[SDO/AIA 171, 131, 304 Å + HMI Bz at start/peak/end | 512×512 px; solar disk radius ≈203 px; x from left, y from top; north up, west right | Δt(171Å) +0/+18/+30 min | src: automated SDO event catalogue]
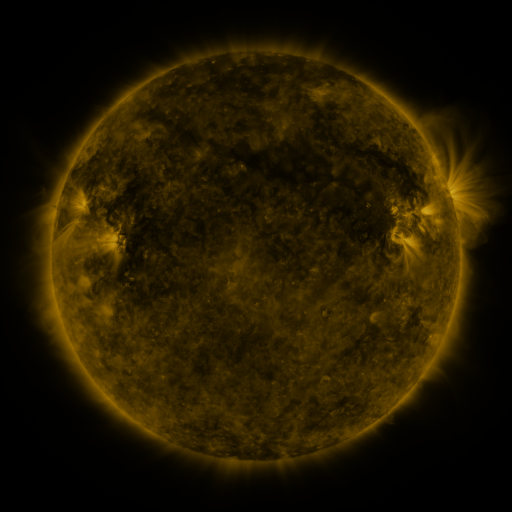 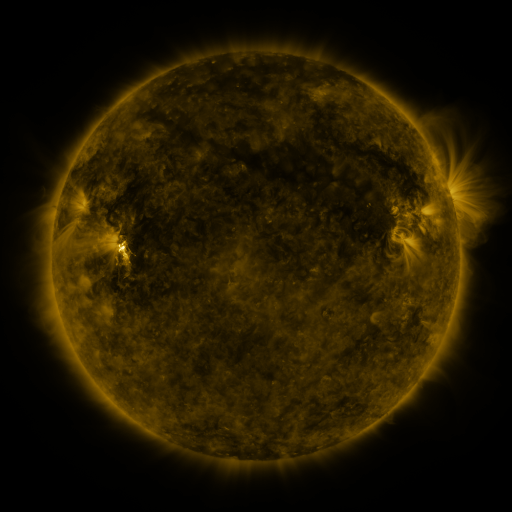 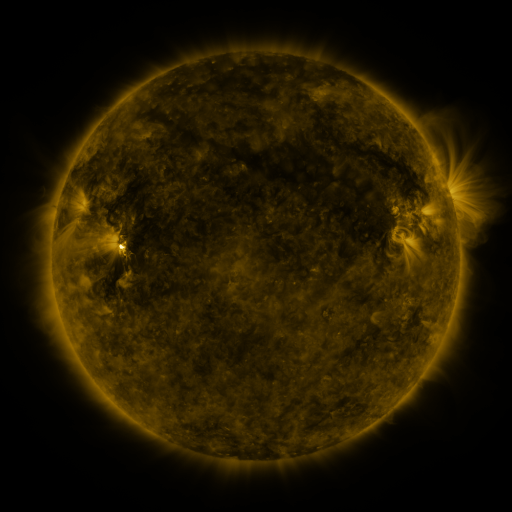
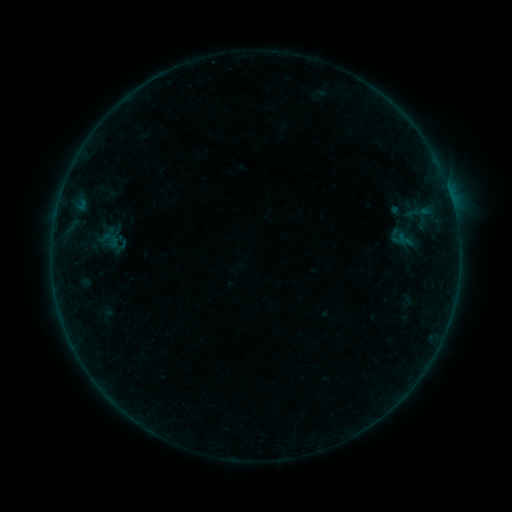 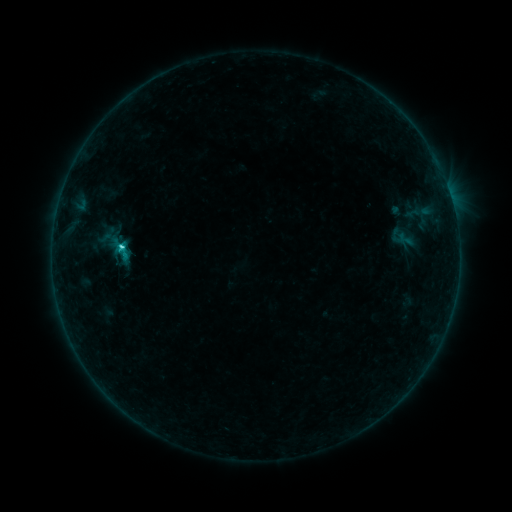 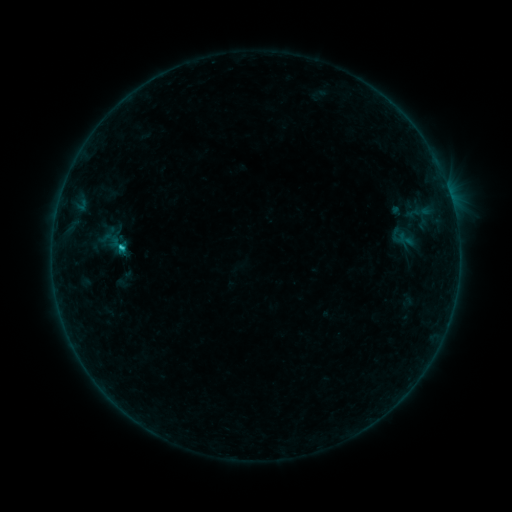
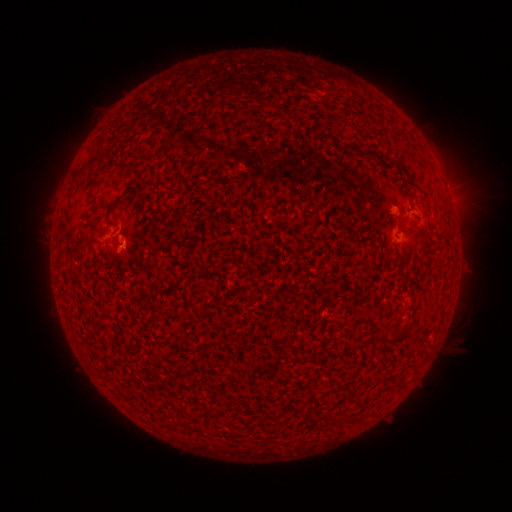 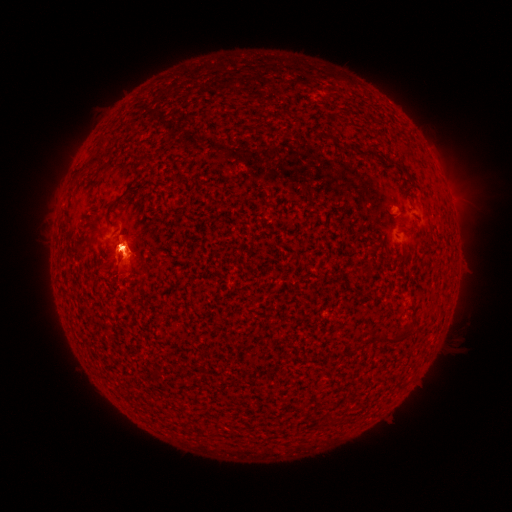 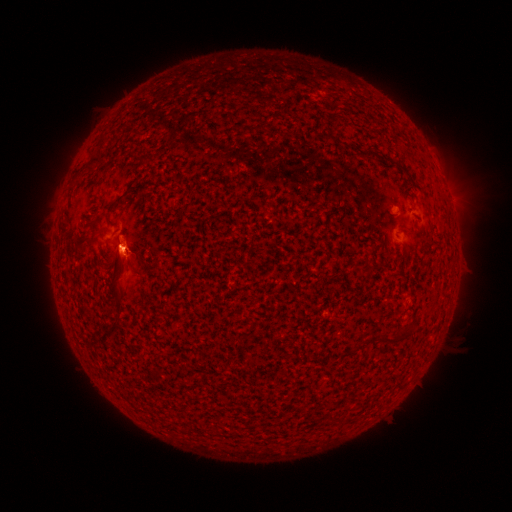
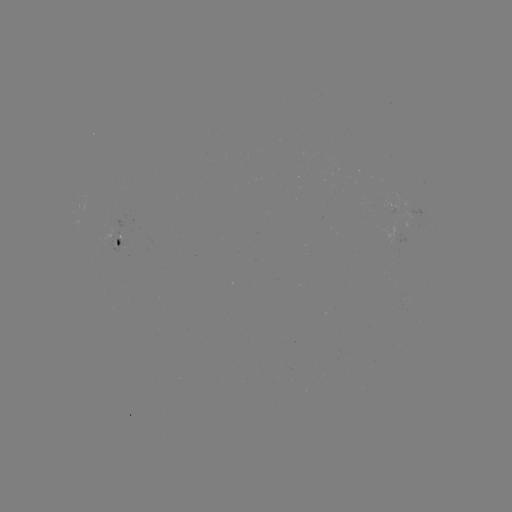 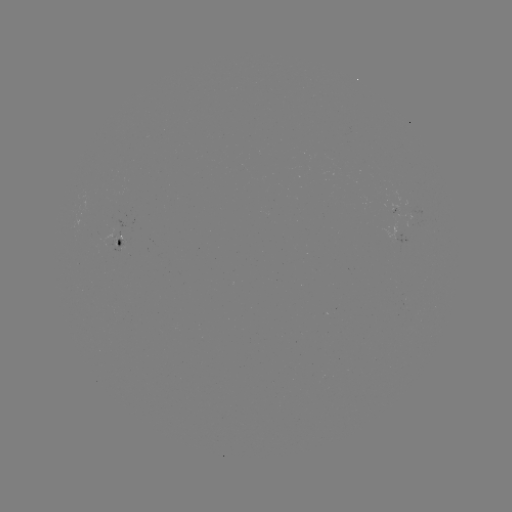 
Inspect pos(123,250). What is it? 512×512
C1.6 flare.